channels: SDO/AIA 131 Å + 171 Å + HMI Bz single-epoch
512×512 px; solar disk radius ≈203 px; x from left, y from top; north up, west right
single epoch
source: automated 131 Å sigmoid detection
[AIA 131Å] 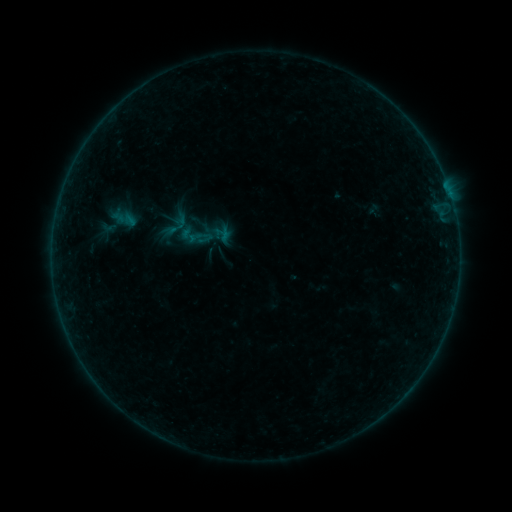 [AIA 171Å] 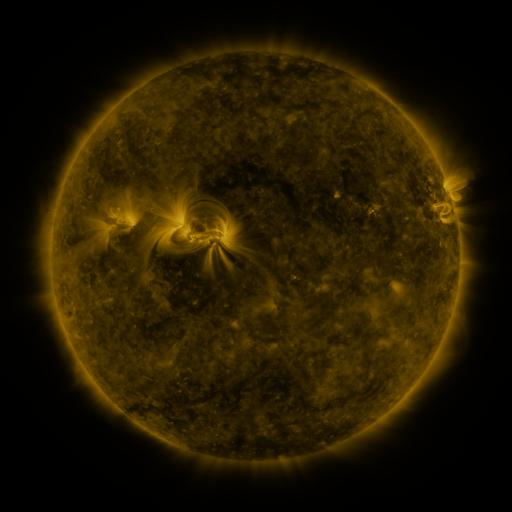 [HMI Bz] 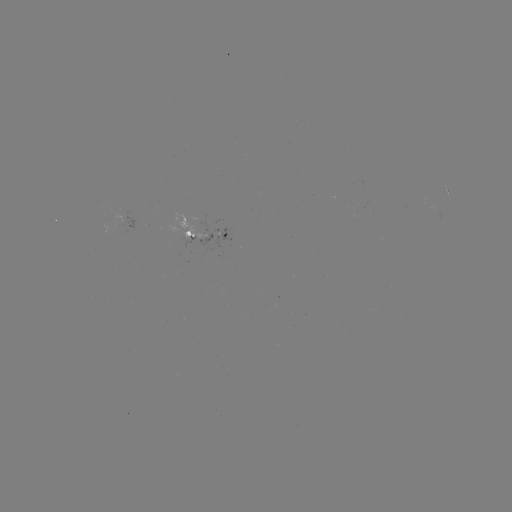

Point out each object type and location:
sigmoid: [180, 227, 197, 244]
sigmoid: [197, 230, 213, 246]
